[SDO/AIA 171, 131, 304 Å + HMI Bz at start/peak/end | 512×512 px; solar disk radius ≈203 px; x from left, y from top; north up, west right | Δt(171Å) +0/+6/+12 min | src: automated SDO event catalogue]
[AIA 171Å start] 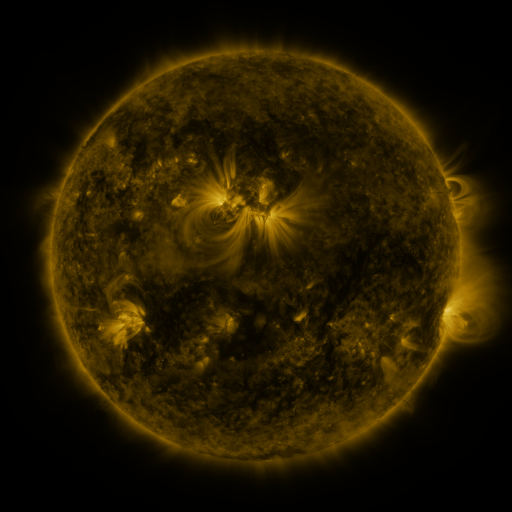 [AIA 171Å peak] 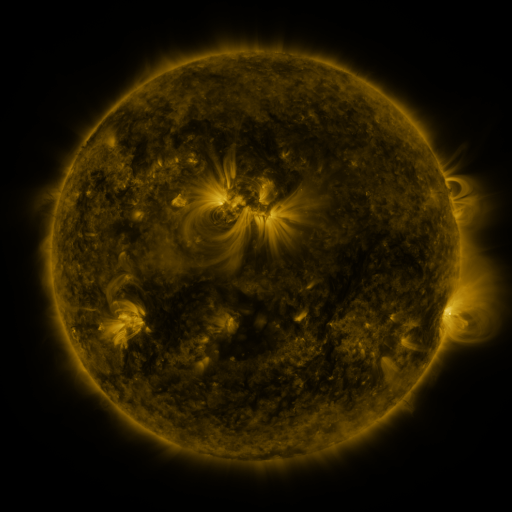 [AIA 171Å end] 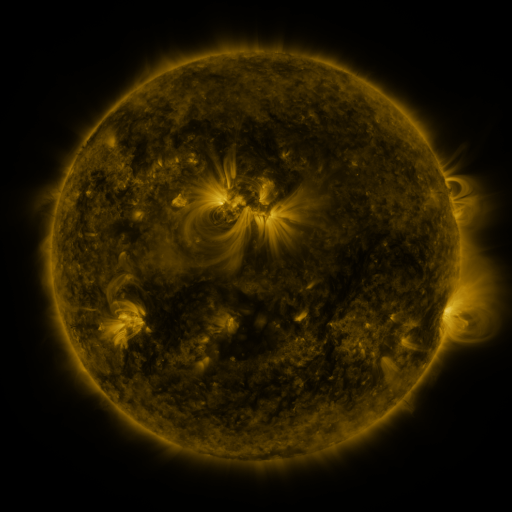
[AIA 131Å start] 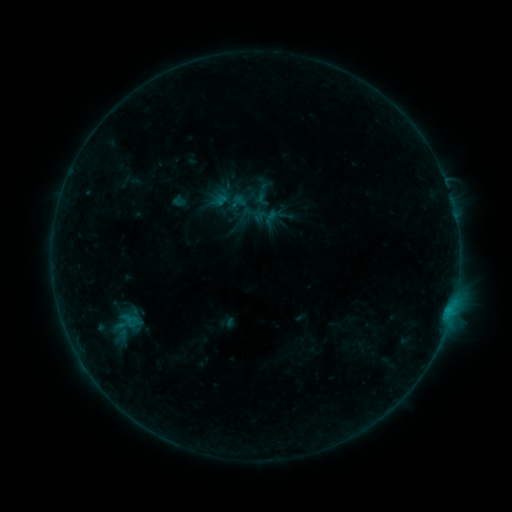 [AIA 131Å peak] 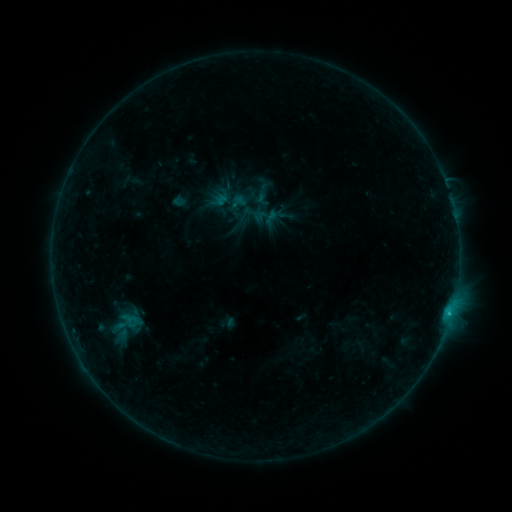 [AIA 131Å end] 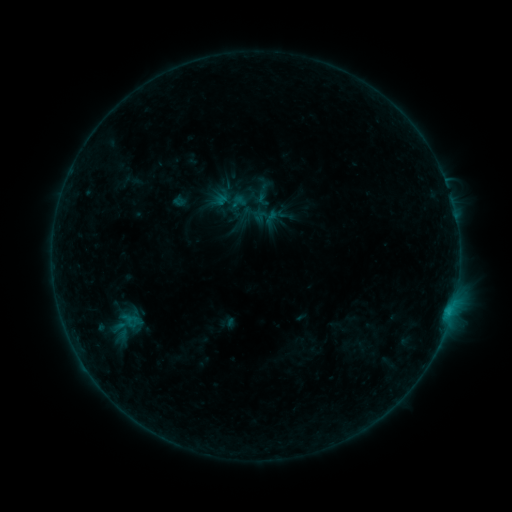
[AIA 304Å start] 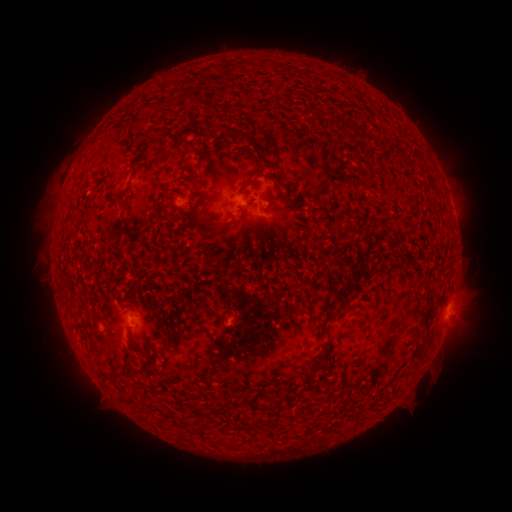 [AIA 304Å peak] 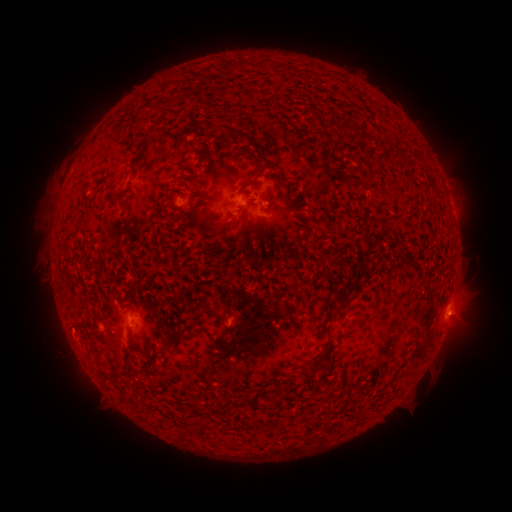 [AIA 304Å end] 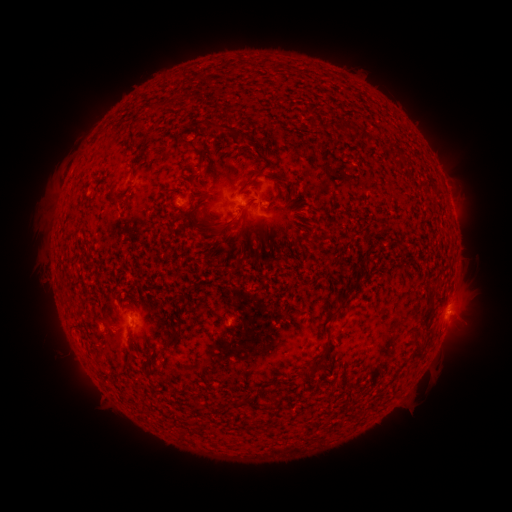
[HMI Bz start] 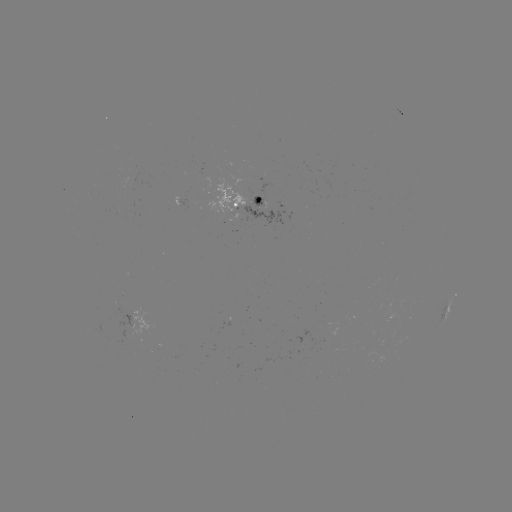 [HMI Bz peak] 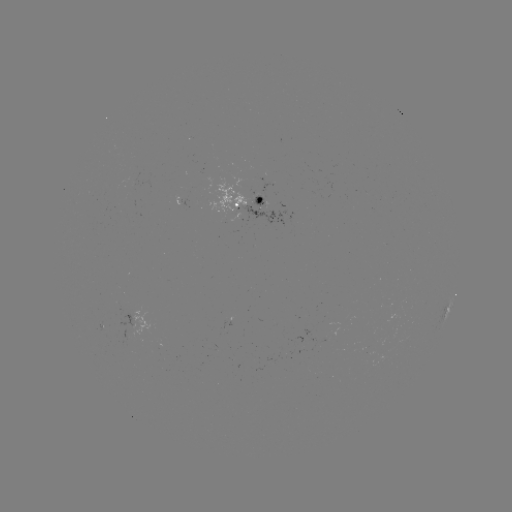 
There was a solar flare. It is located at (449, 312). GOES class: B4.0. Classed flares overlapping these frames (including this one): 1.